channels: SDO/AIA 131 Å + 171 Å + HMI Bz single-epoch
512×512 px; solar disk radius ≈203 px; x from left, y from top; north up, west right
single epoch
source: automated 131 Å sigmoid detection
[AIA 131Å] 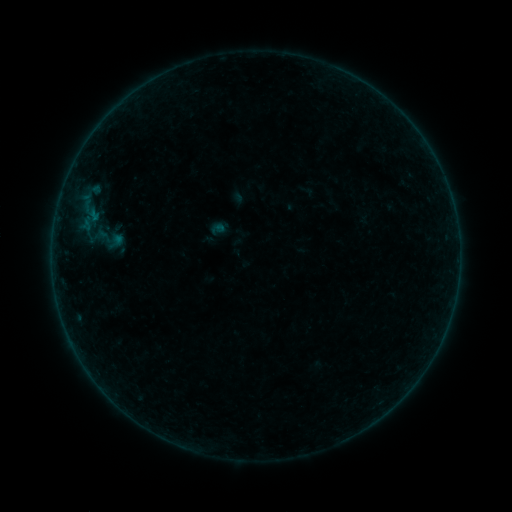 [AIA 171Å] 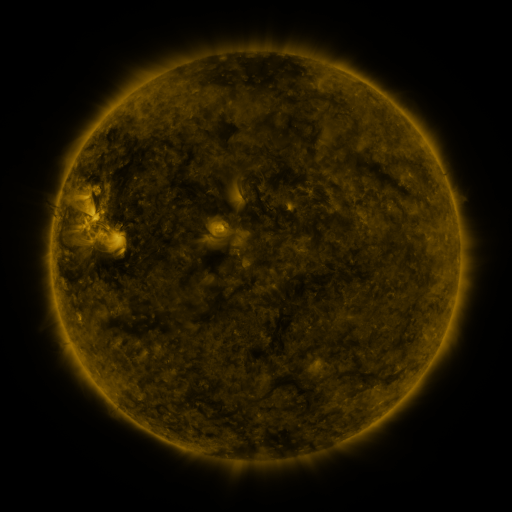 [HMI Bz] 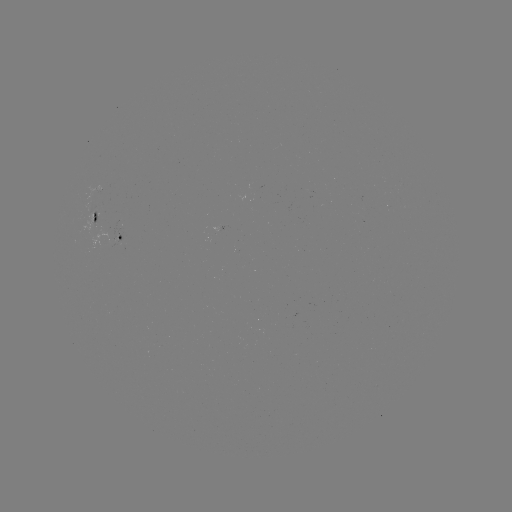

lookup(sigmoid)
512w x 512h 106,238